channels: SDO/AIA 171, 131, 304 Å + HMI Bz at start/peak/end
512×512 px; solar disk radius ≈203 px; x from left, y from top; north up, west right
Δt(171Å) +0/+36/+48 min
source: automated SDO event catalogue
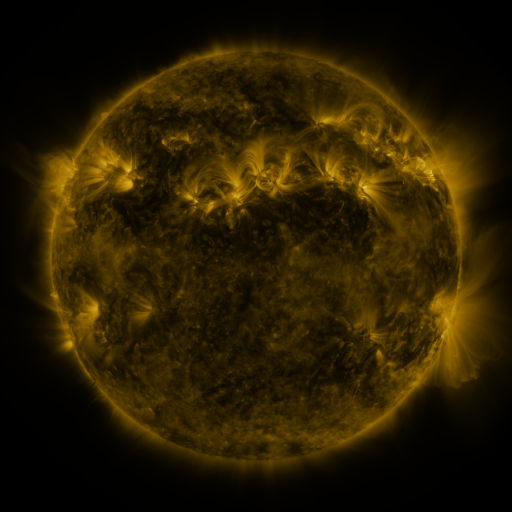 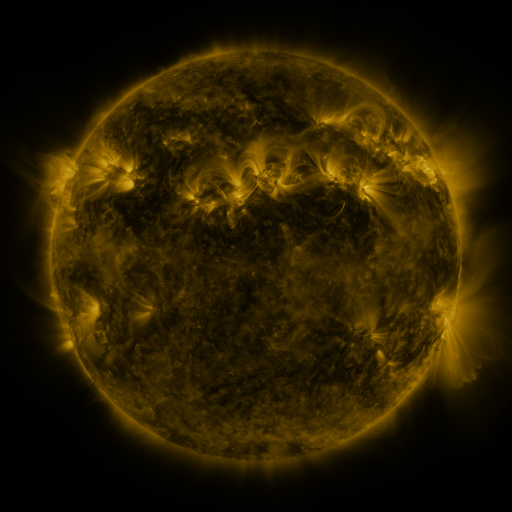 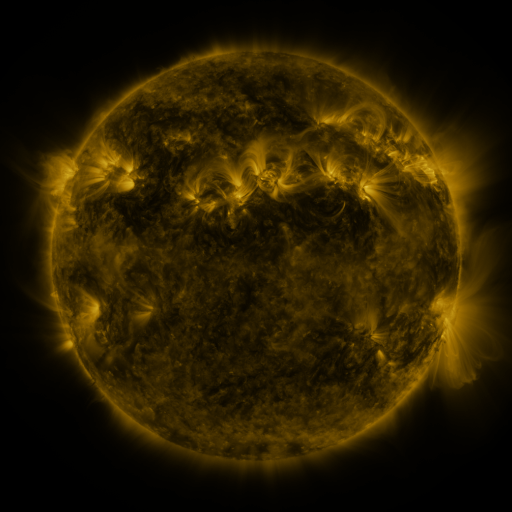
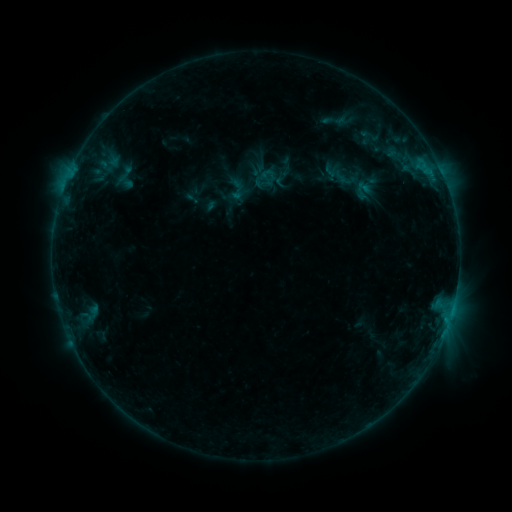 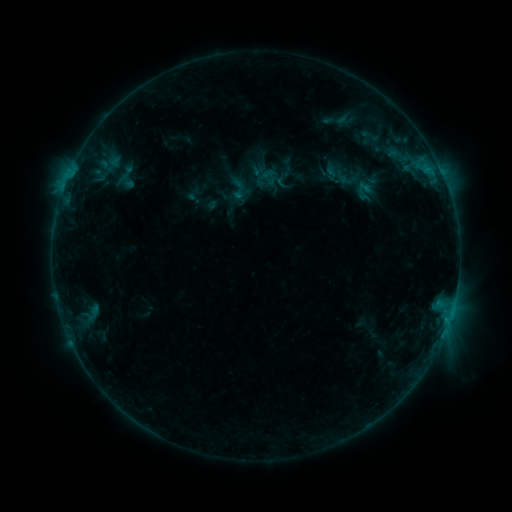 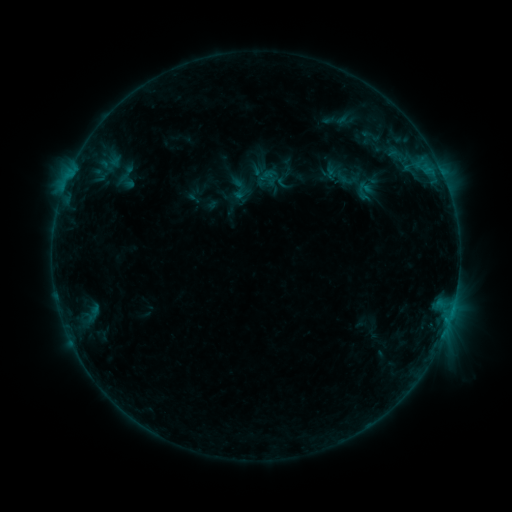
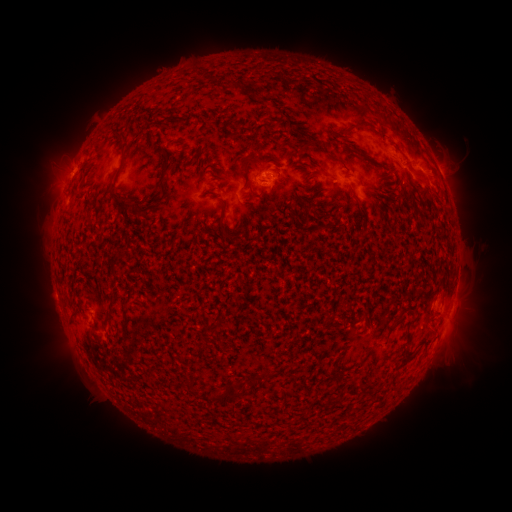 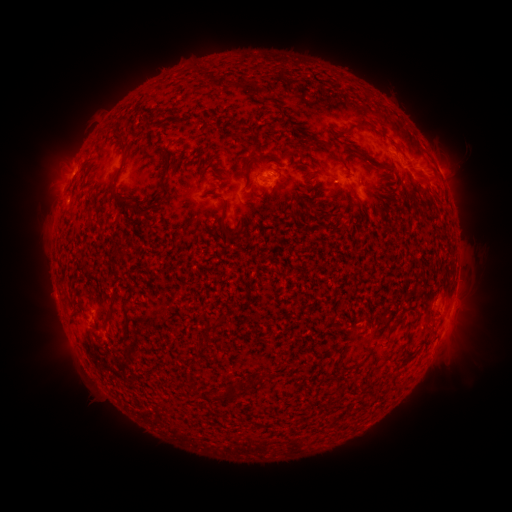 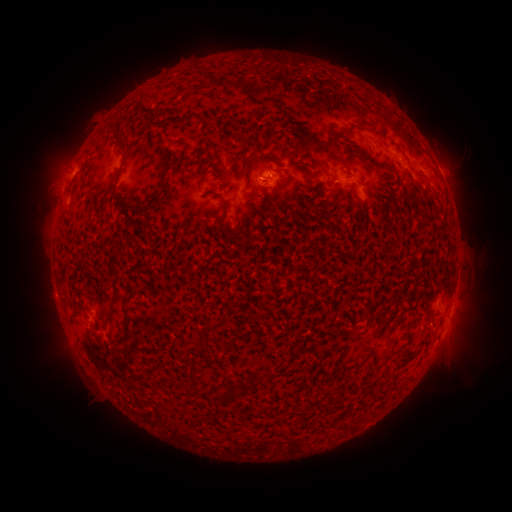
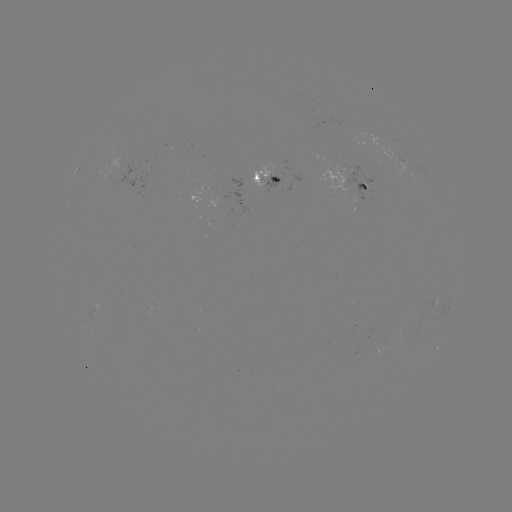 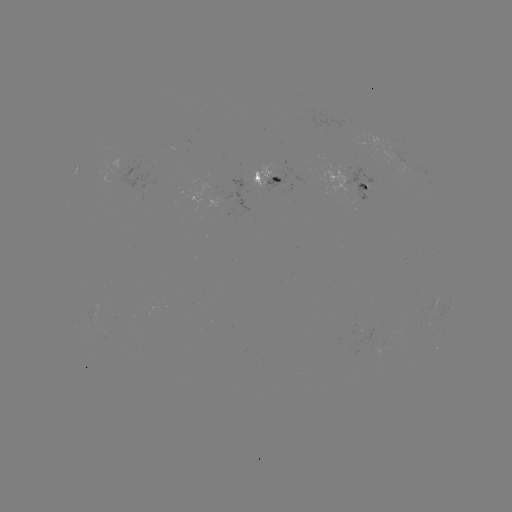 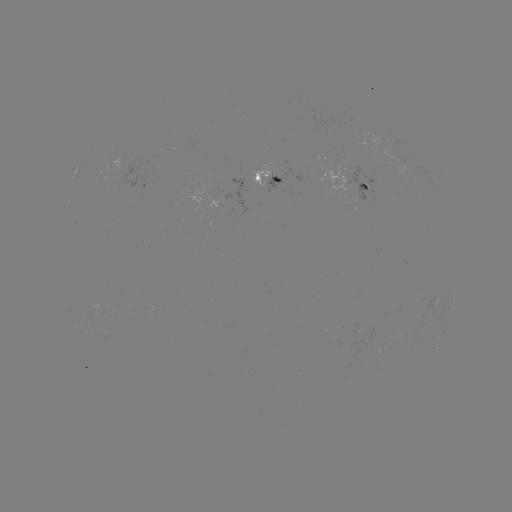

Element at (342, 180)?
emerging-flux region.